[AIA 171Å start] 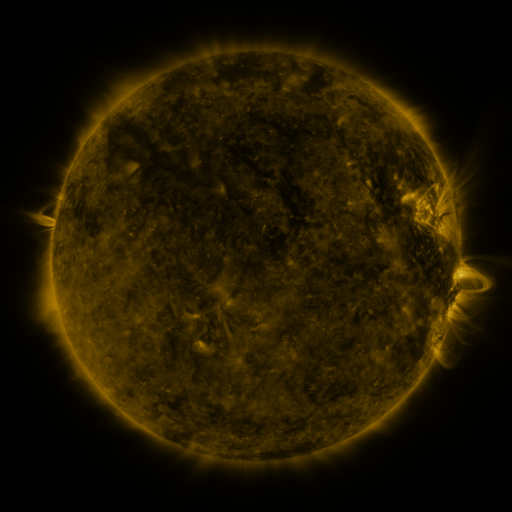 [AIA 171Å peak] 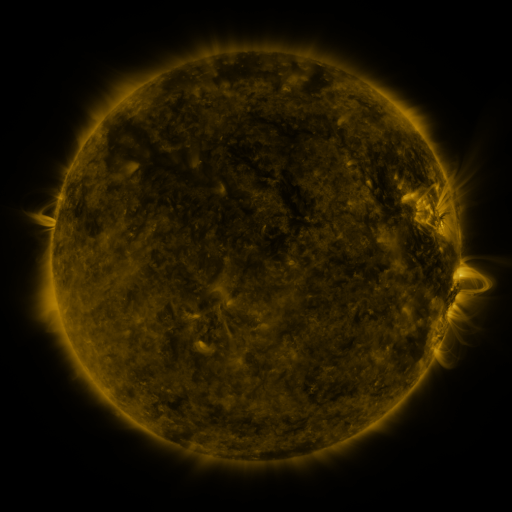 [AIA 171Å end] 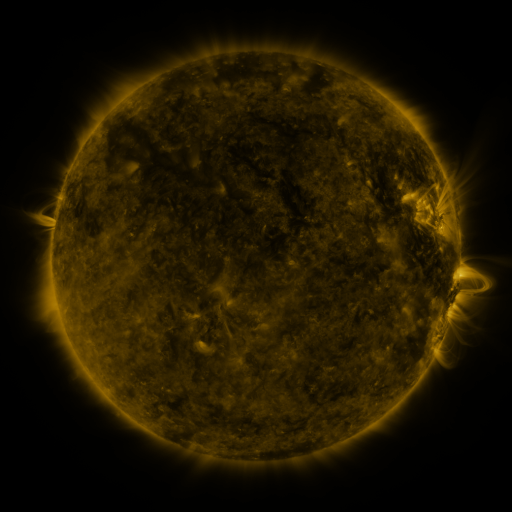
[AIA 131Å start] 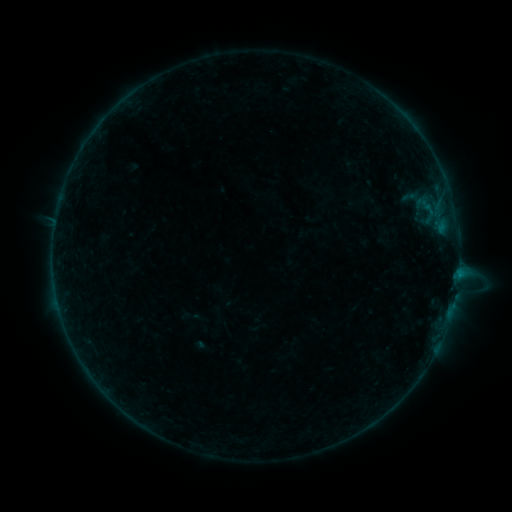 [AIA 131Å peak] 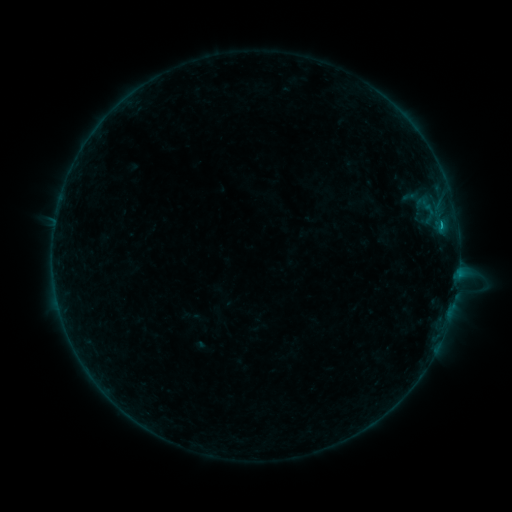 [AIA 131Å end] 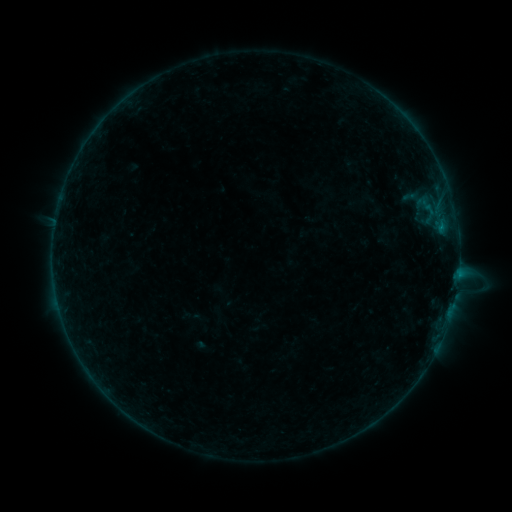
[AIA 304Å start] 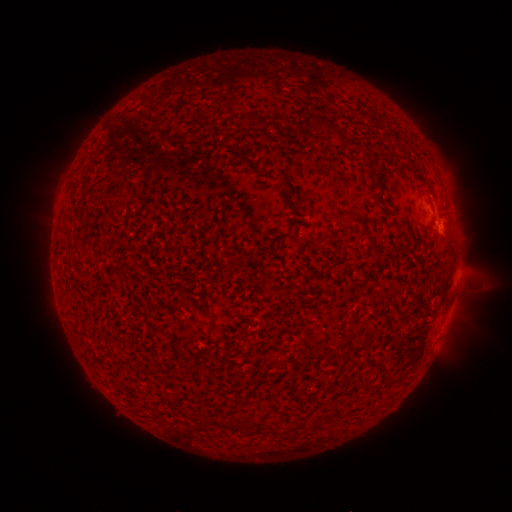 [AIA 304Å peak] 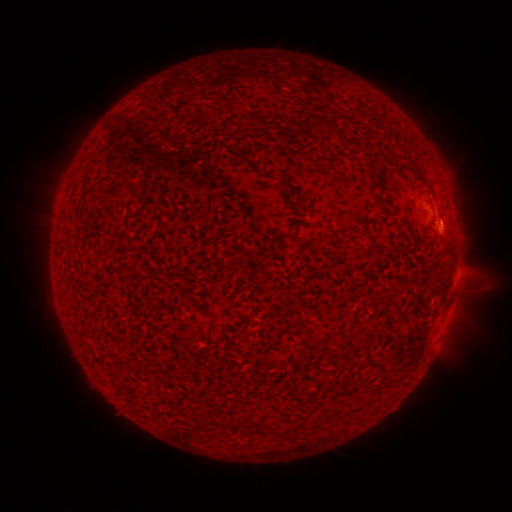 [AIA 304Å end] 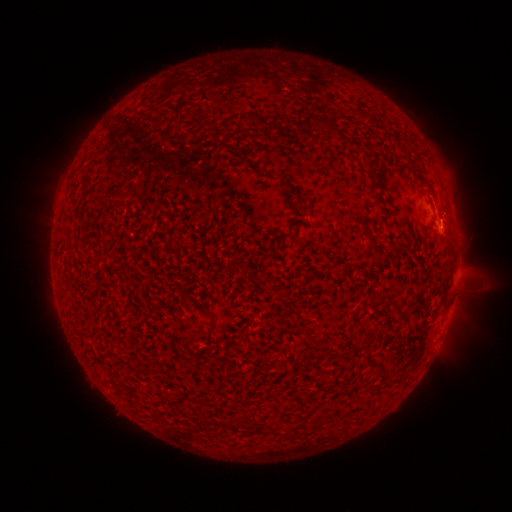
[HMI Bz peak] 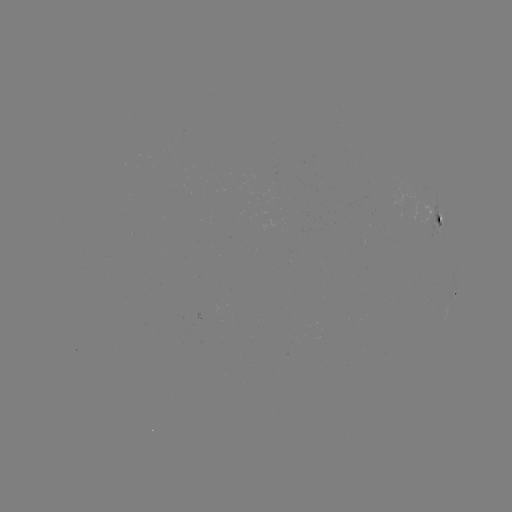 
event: flare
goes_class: B4.5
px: (440, 229)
